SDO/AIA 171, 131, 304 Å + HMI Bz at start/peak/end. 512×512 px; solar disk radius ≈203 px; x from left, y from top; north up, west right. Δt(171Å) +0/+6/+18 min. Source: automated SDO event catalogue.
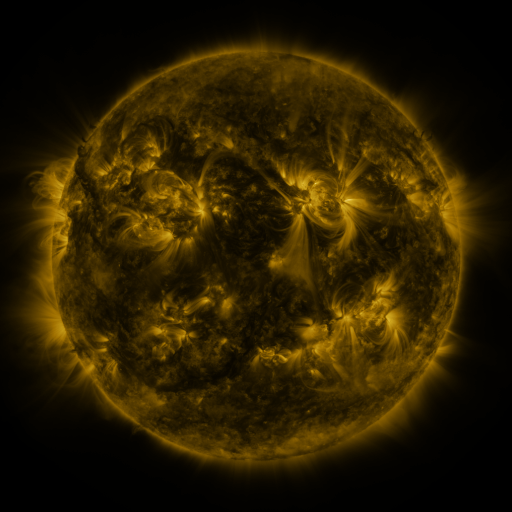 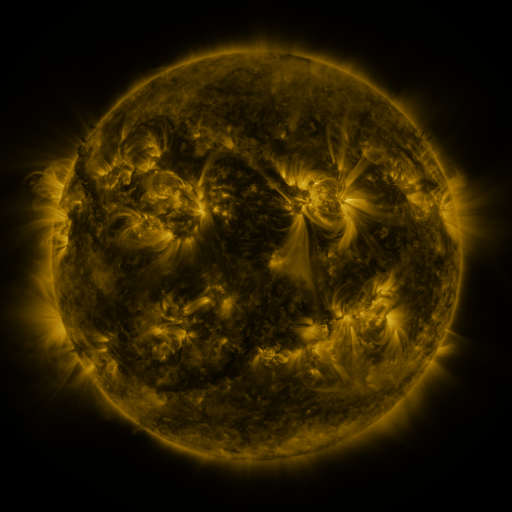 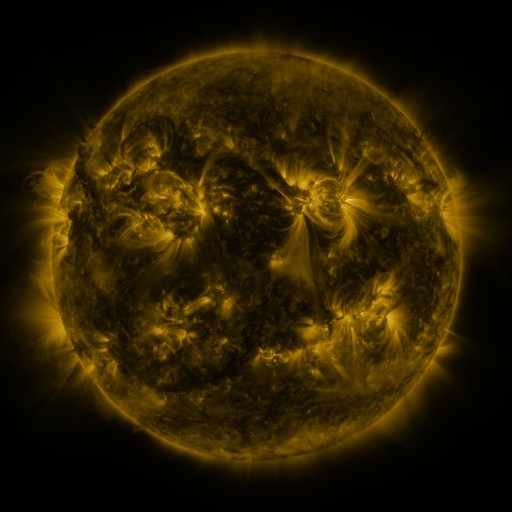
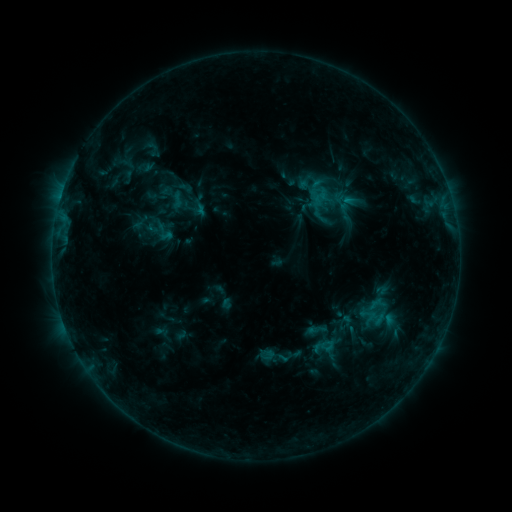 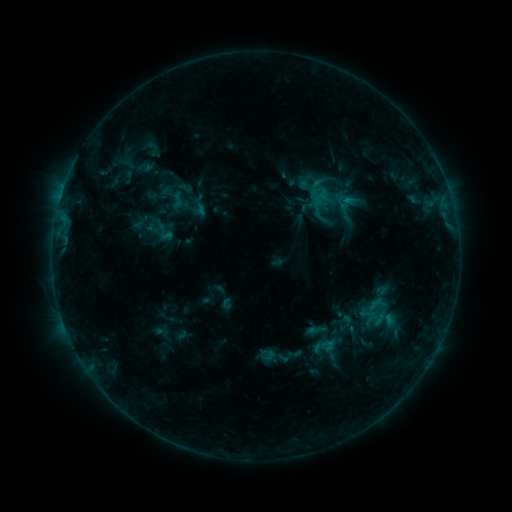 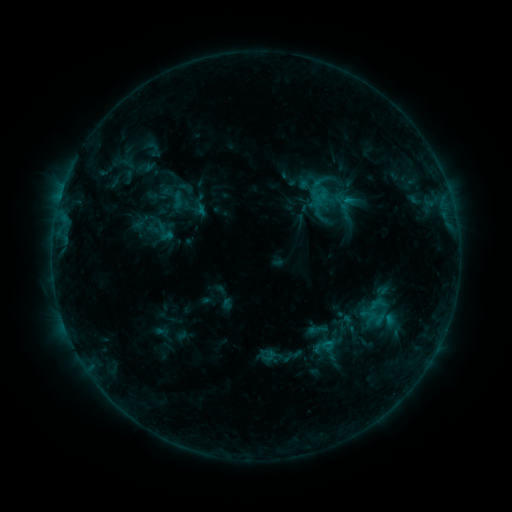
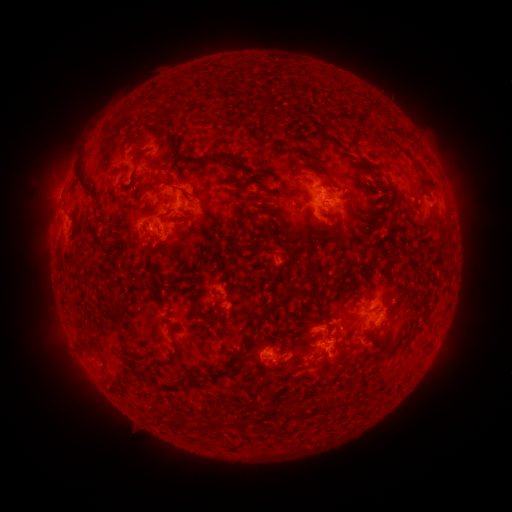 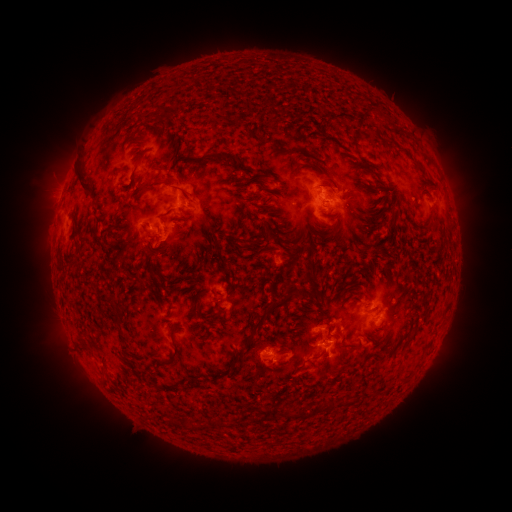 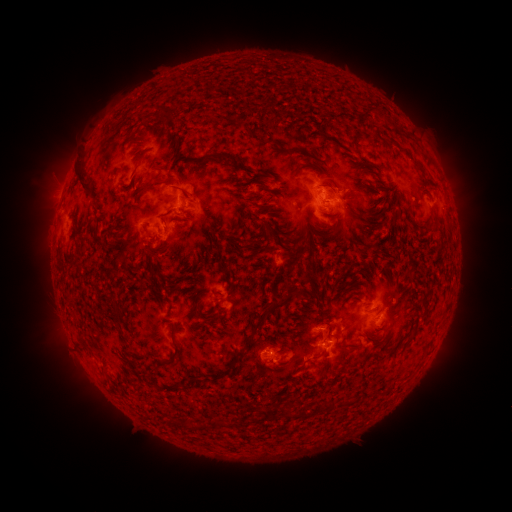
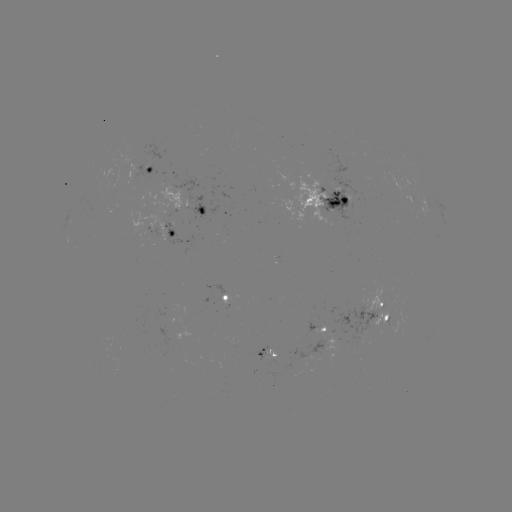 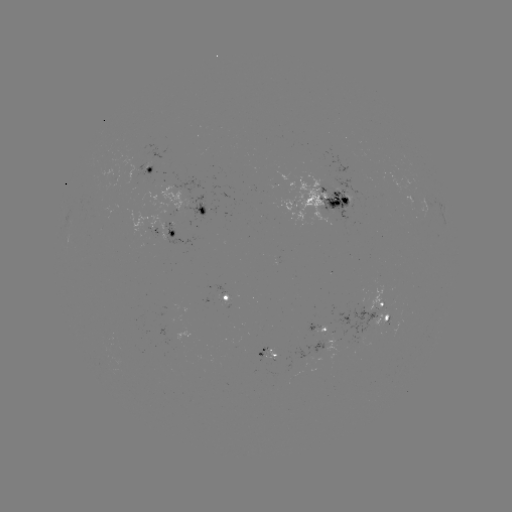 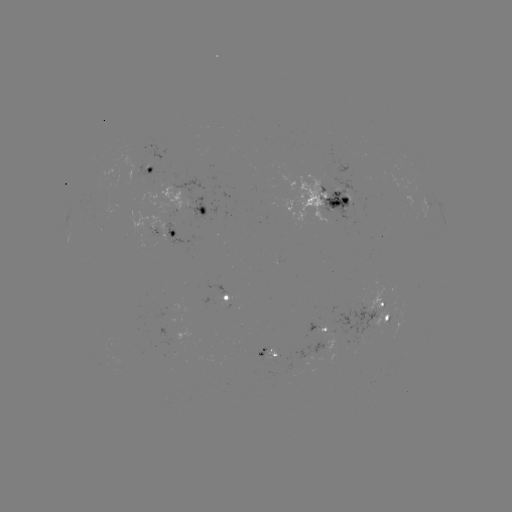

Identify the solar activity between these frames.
no flare in any classed list; no EUV-trigger detection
